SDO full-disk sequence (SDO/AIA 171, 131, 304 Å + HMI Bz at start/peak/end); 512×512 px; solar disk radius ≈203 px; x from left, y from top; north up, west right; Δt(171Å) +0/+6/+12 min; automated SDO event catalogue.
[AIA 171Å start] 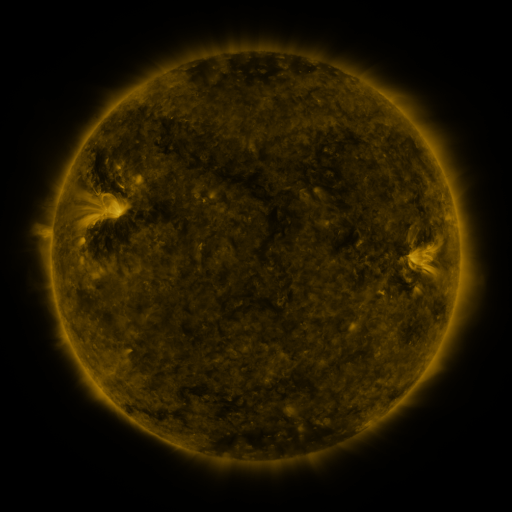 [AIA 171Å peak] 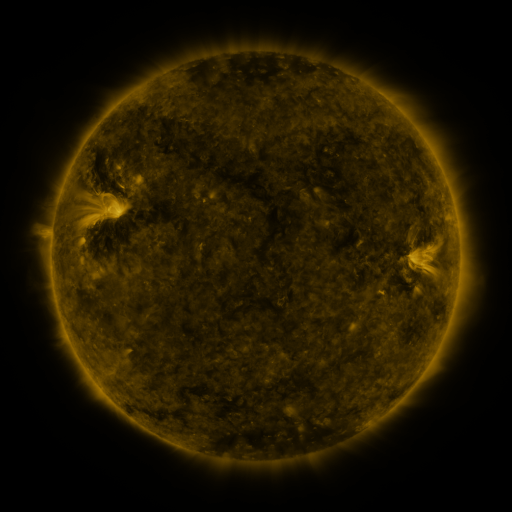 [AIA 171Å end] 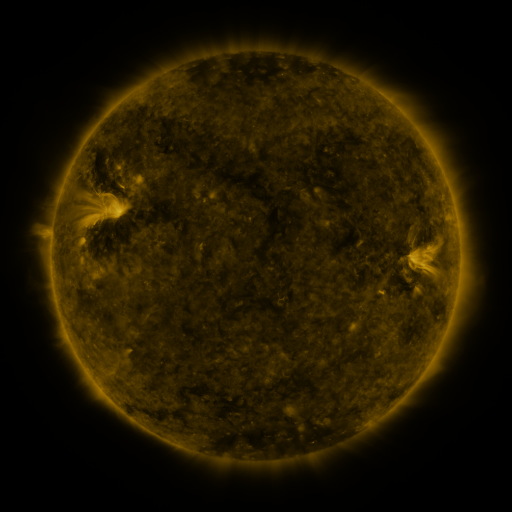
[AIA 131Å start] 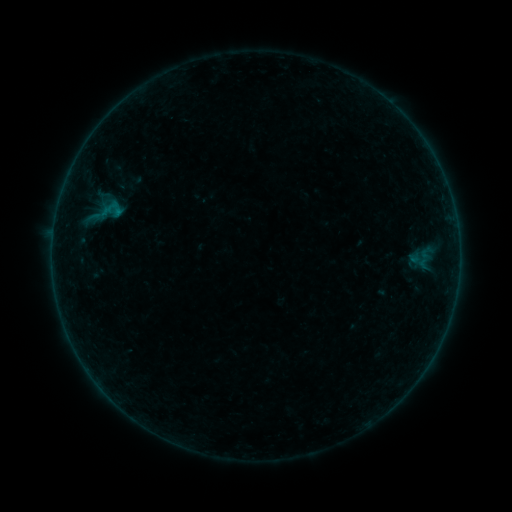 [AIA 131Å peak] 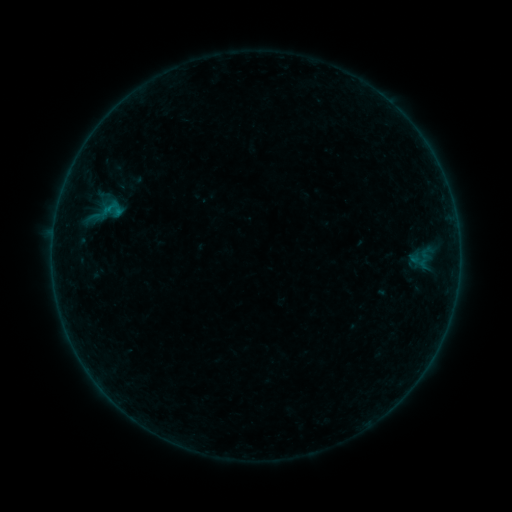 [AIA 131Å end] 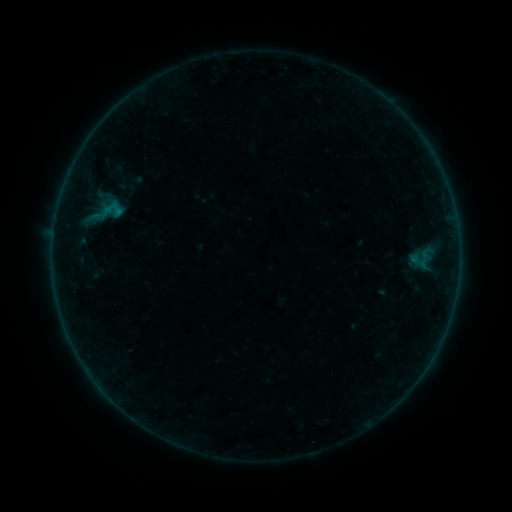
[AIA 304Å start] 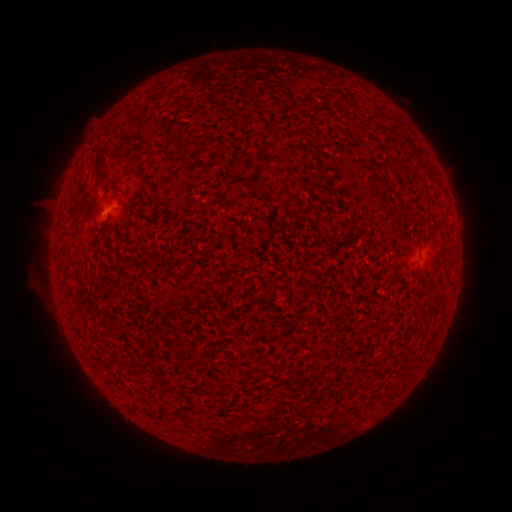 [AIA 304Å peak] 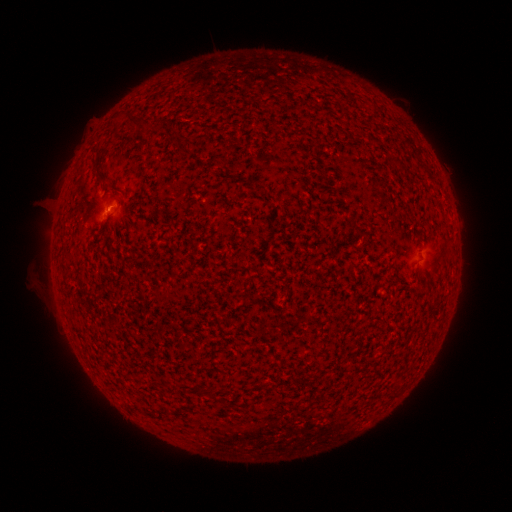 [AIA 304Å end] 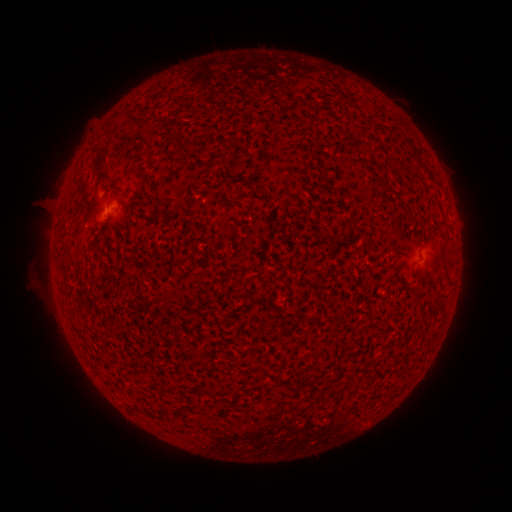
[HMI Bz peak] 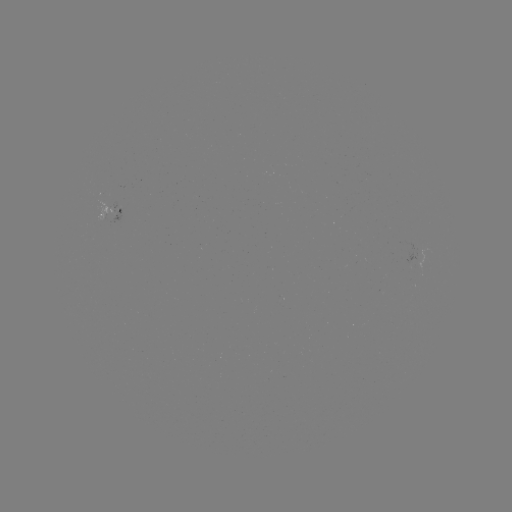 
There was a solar flare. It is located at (100, 281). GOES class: B1.0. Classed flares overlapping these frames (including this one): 1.